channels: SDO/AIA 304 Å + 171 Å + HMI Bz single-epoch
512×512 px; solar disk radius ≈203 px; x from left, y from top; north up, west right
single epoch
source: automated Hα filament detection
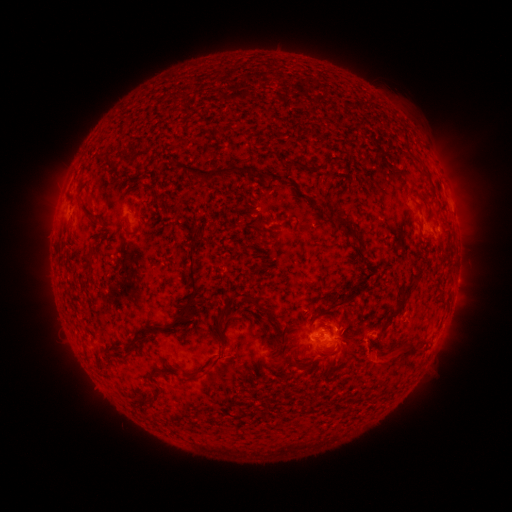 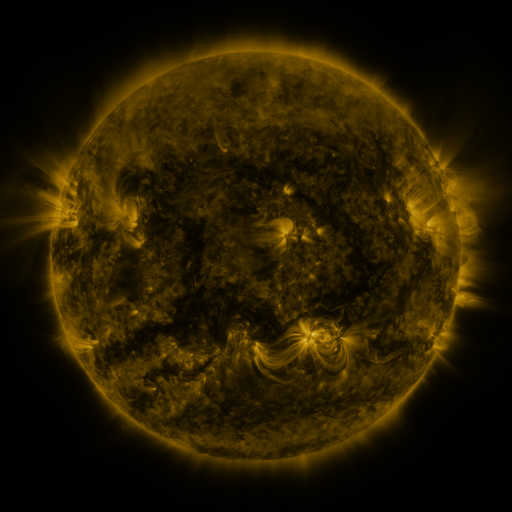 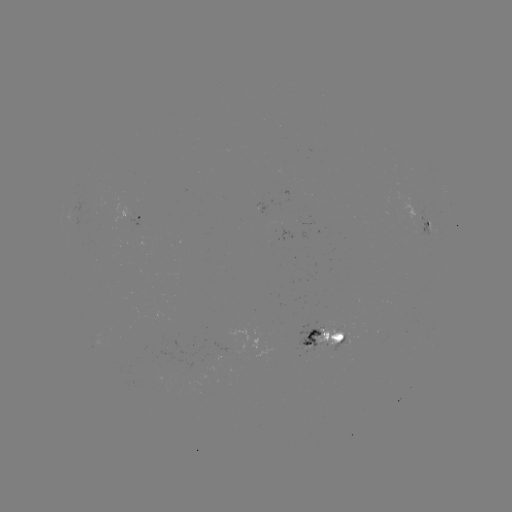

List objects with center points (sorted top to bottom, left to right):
filament: (294, 164)
filament: (209, 175)
filament: (88, 214)
filament: (346, 225)
filament: (187, 228)
filament: (356, 239)
filament: (88, 267)
filament: (302, 282)
filament: (409, 285)
filament: (341, 298)
filament: (230, 301)
filament: (192, 306)
filament: (394, 314)
filament: (272, 317)
filament: (410, 349)
filament: (331, 350)
filament: (292, 358)
filament: (219, 359)
filament: (198, 372)
filament: (159, 389)
